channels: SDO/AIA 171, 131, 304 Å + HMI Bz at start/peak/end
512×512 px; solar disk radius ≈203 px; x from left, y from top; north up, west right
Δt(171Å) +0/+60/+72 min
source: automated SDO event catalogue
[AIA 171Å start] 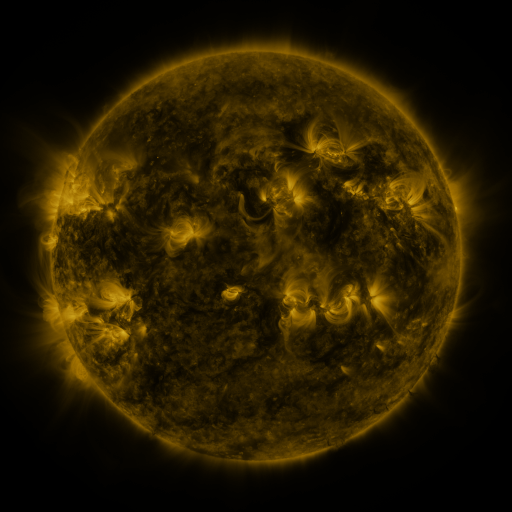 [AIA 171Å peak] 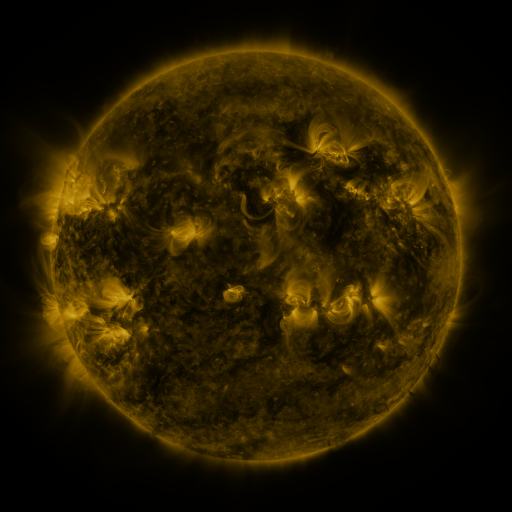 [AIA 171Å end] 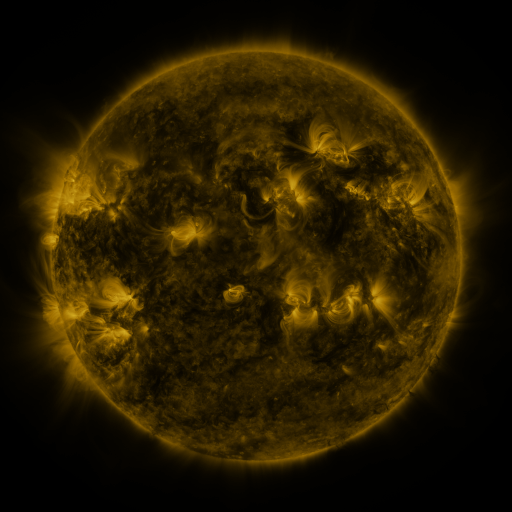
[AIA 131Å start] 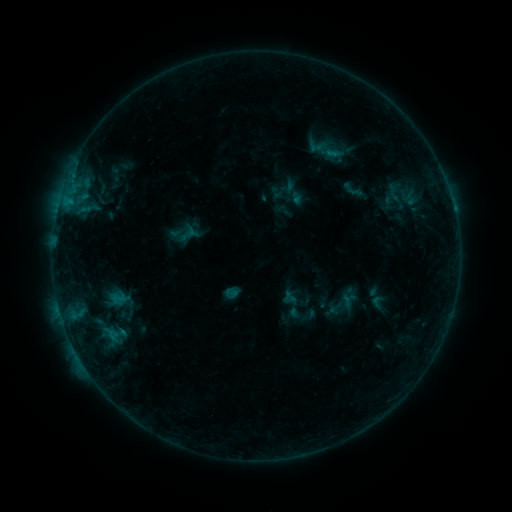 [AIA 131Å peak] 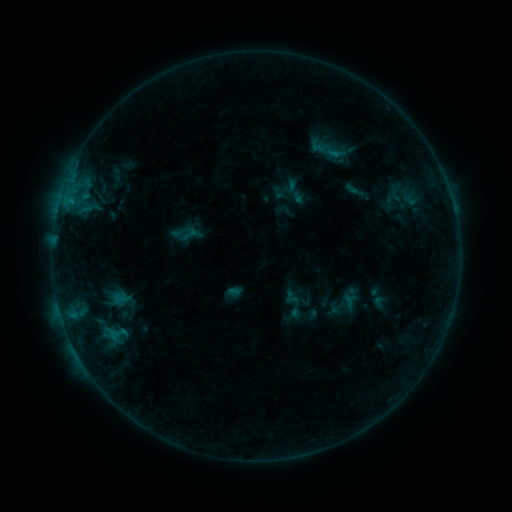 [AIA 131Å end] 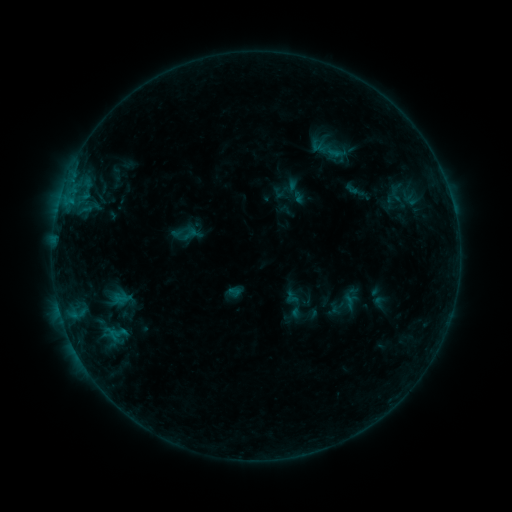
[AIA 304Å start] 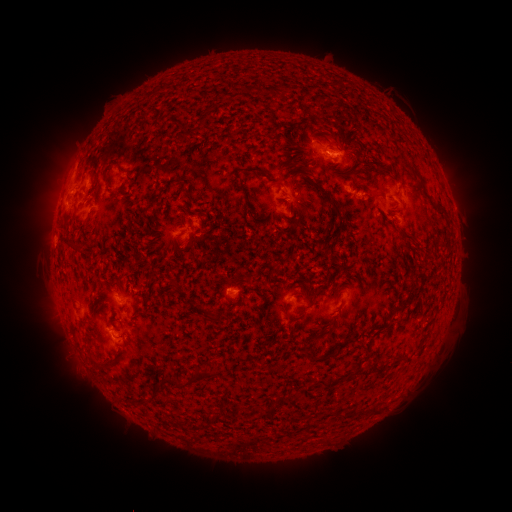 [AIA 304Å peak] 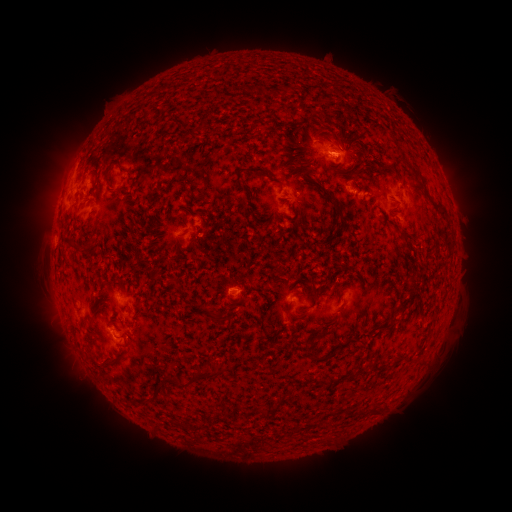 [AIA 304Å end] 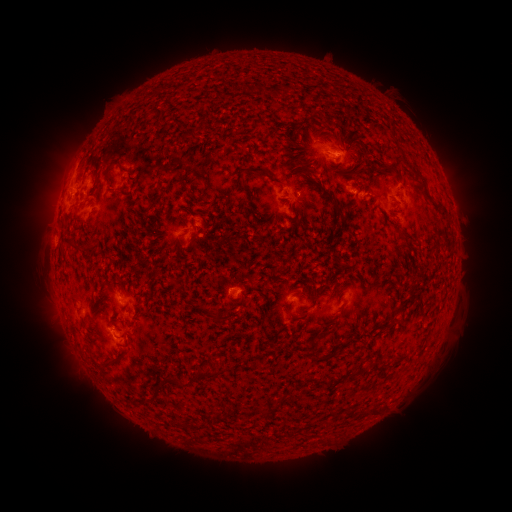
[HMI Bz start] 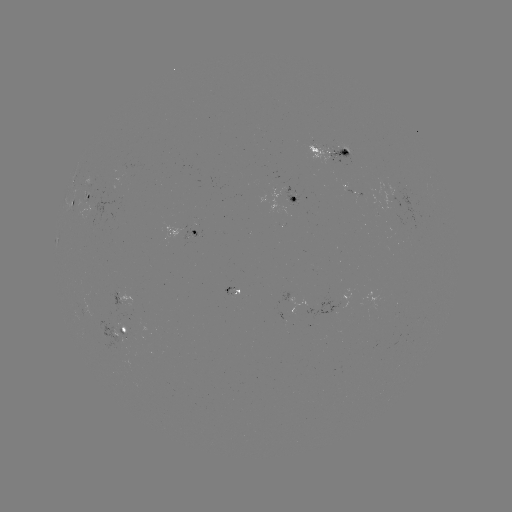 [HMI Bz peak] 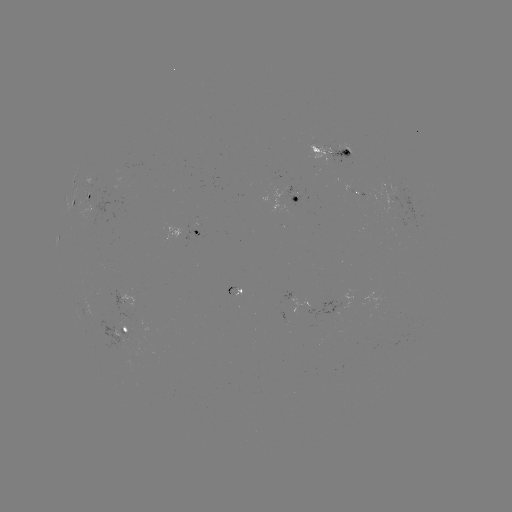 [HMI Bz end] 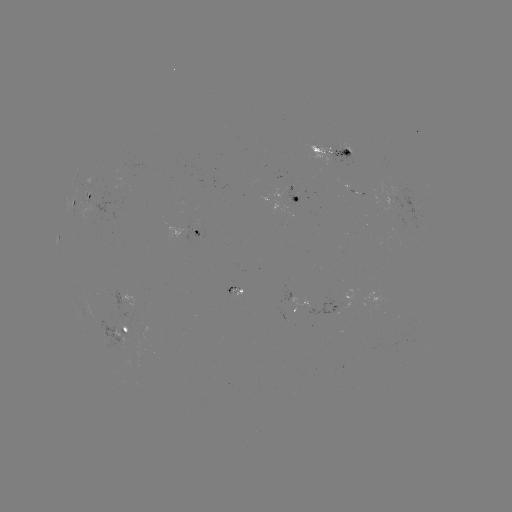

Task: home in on emerging-flux region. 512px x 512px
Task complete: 231,291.